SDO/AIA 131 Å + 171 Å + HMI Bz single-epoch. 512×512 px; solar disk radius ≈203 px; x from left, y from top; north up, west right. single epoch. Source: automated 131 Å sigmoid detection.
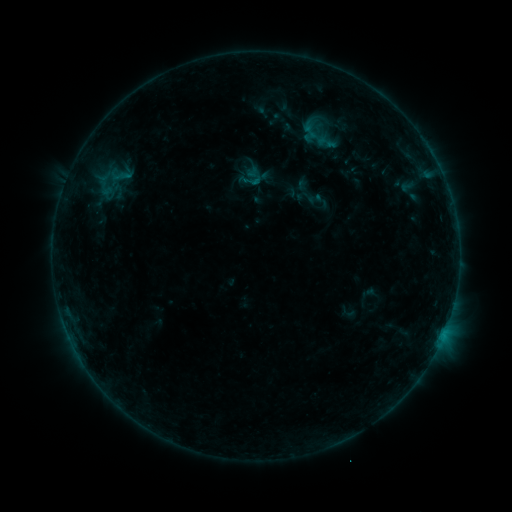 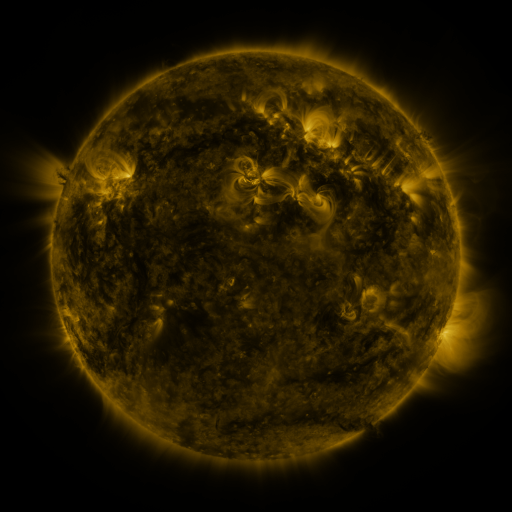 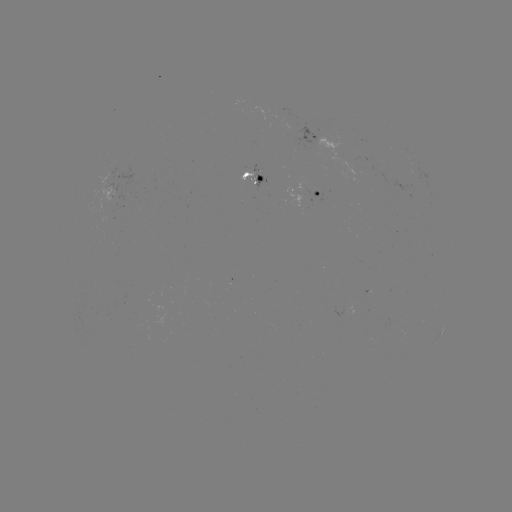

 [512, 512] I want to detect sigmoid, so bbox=[304, 128, 331, 148].